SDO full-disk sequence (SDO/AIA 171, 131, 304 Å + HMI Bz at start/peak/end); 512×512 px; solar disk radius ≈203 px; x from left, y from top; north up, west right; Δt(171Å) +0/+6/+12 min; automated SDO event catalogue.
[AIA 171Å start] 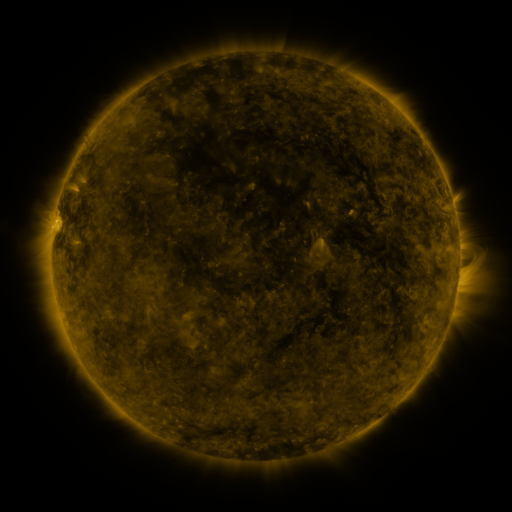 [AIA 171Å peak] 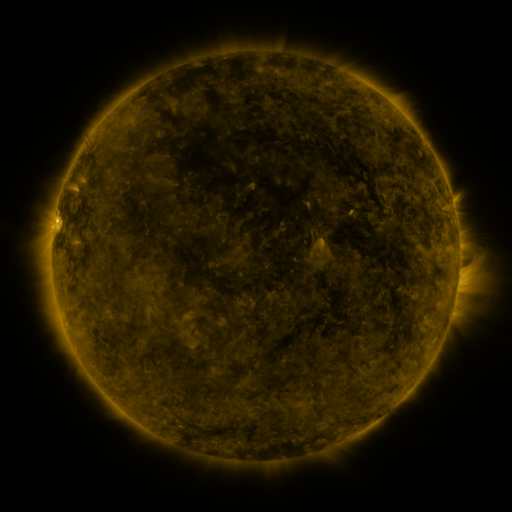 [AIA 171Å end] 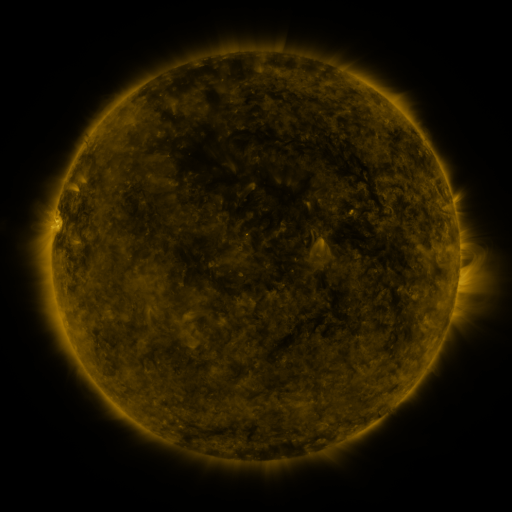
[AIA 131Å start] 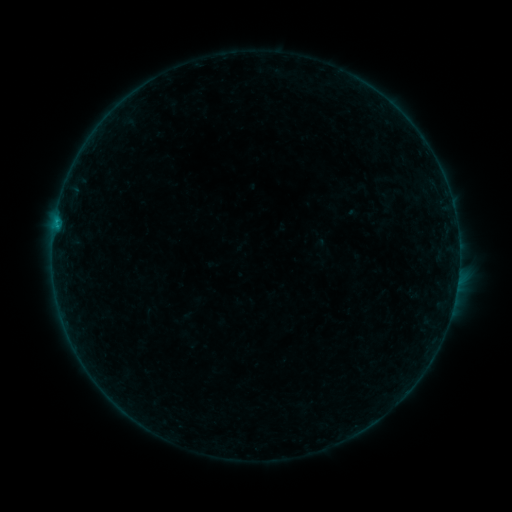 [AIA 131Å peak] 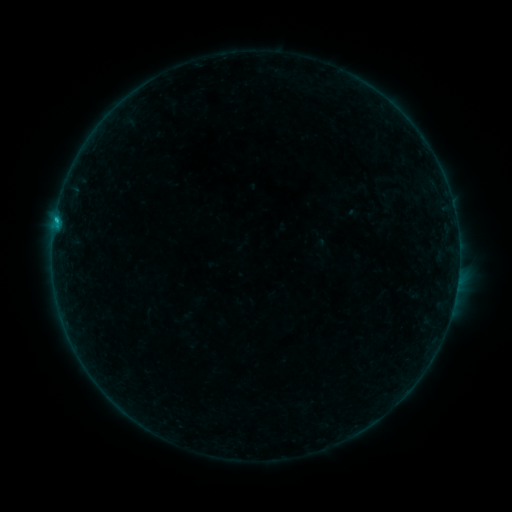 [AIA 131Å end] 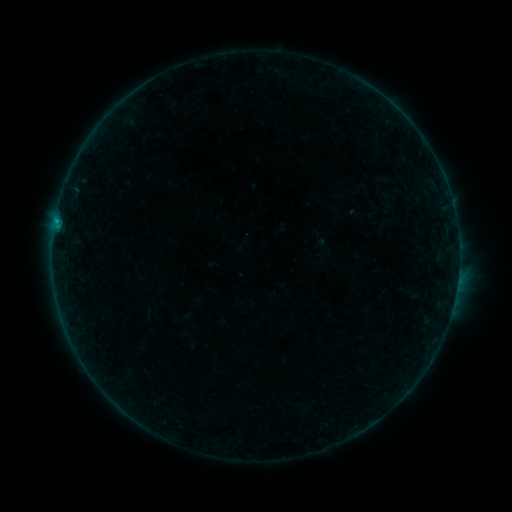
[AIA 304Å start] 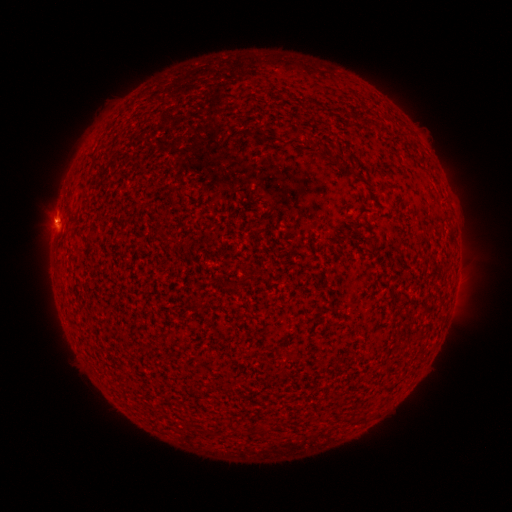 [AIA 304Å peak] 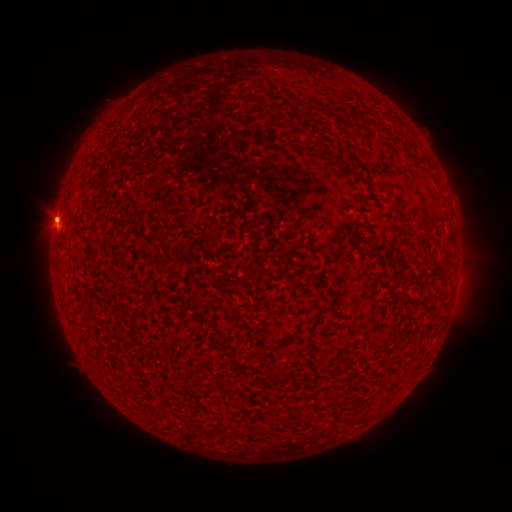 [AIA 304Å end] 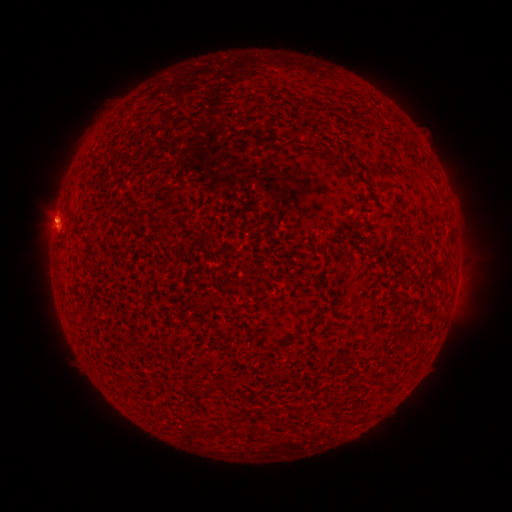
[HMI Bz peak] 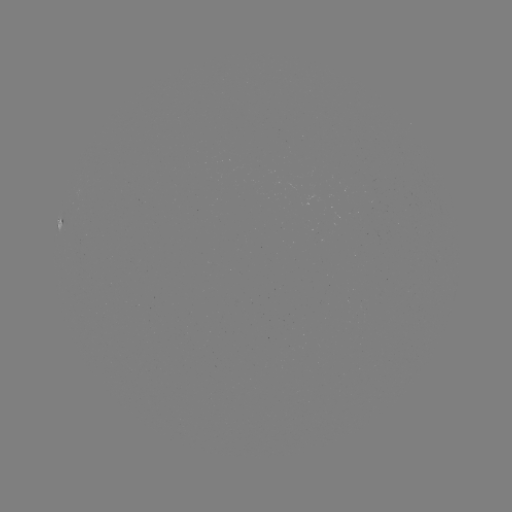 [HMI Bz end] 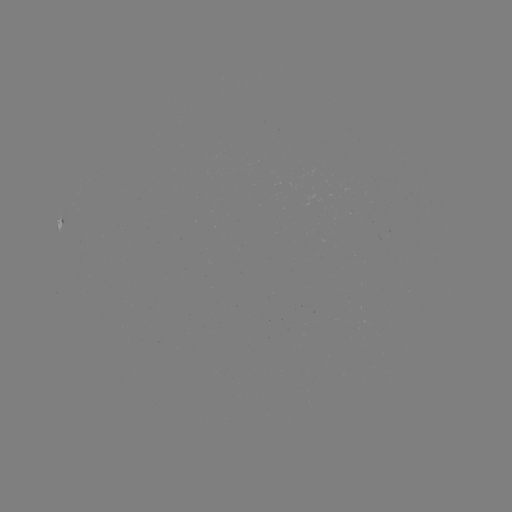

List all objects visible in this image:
B4.1 flare: (56, 222)
